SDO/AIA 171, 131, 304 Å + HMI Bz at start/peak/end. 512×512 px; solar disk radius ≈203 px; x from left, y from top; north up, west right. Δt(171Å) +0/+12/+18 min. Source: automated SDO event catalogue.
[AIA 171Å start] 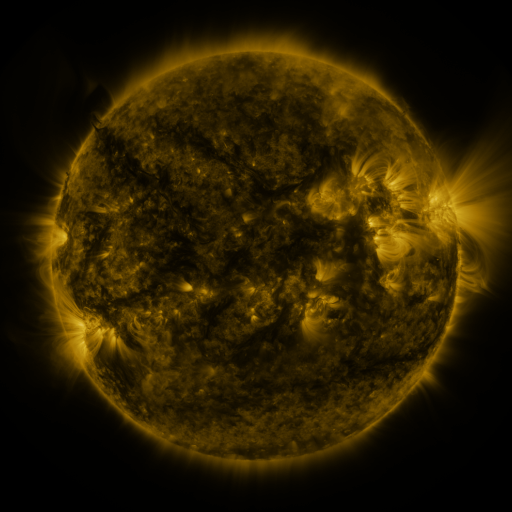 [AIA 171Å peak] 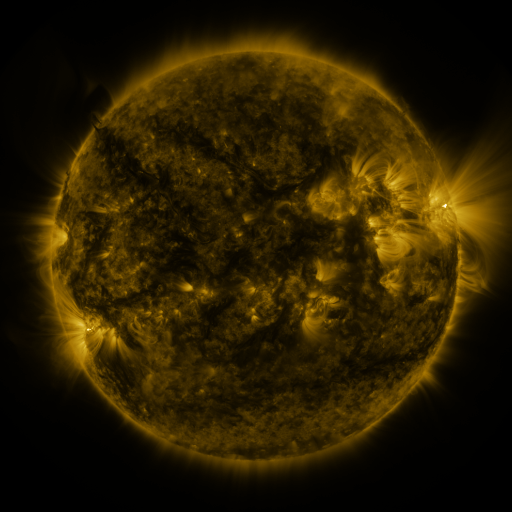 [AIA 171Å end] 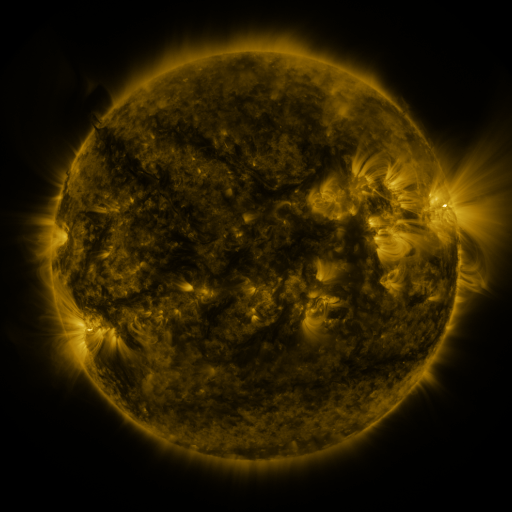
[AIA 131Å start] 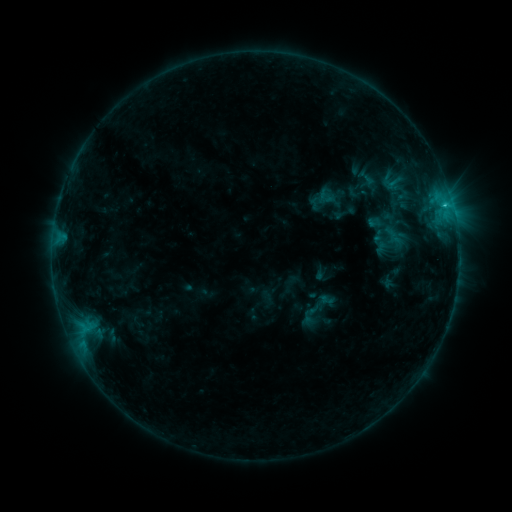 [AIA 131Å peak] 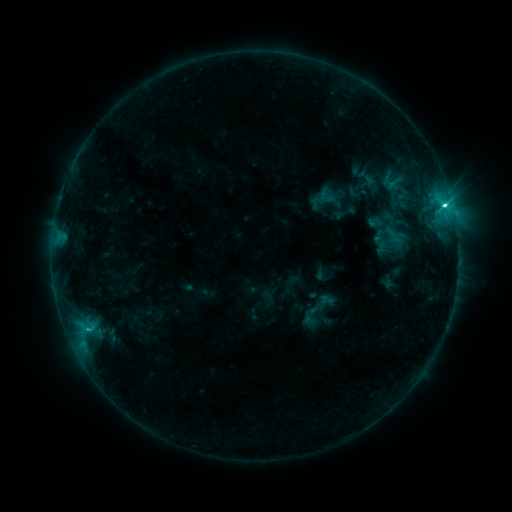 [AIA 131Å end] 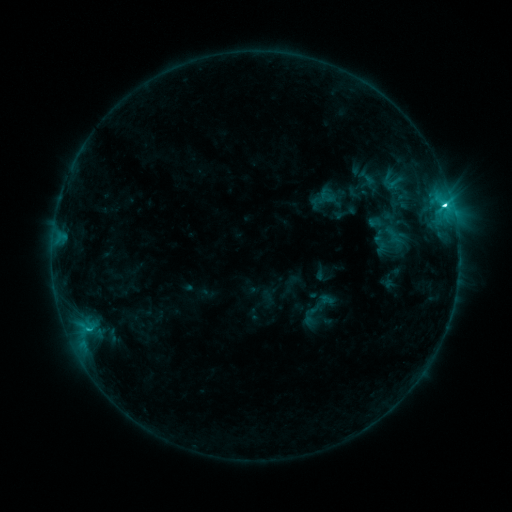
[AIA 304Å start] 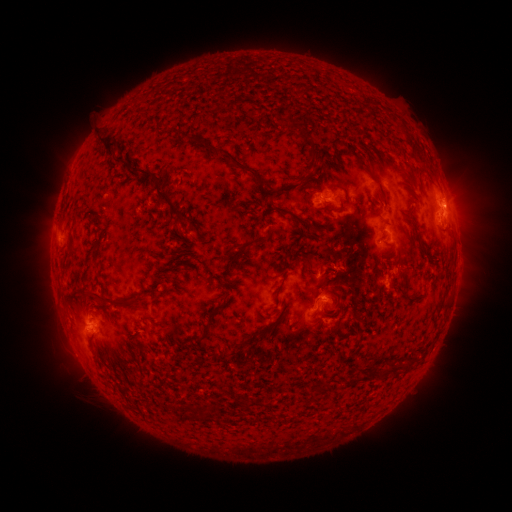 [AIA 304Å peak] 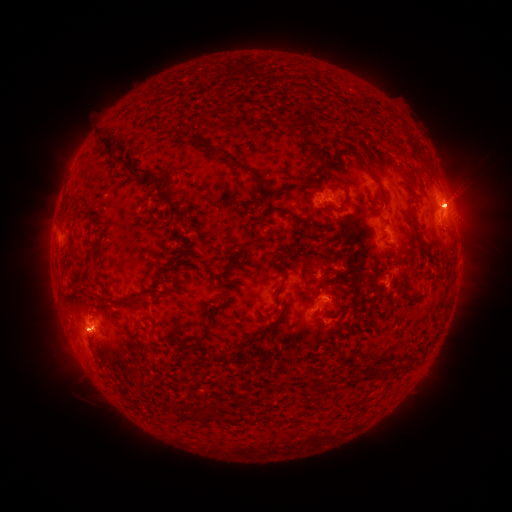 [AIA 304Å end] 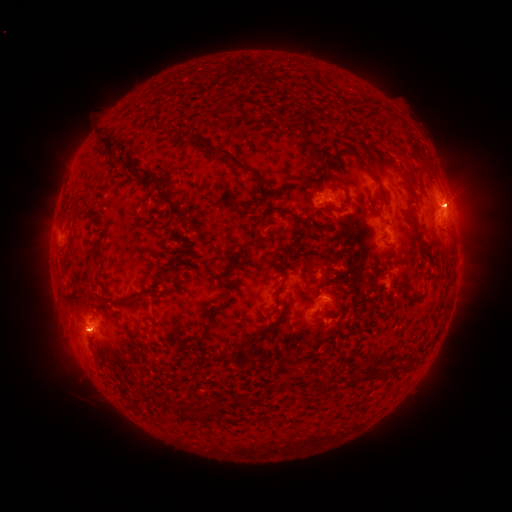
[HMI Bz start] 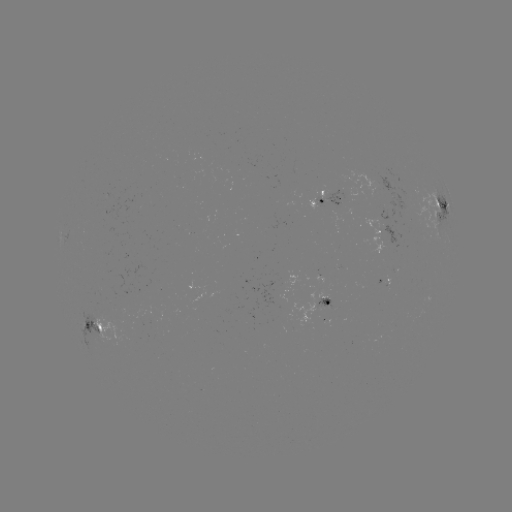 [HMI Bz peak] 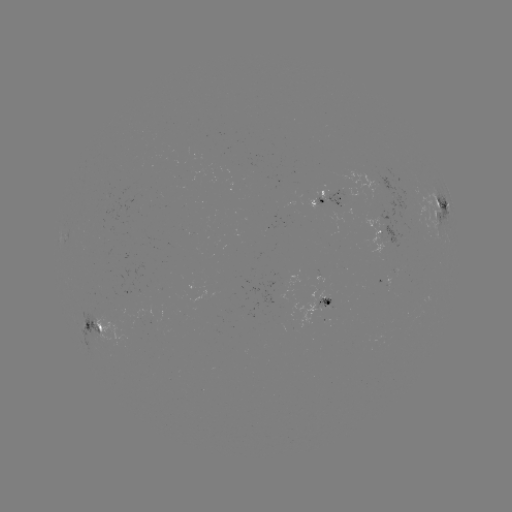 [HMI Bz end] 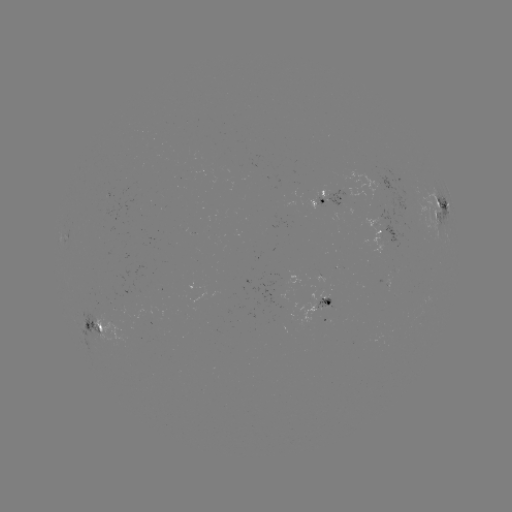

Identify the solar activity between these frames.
C5.9 flare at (444, 207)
